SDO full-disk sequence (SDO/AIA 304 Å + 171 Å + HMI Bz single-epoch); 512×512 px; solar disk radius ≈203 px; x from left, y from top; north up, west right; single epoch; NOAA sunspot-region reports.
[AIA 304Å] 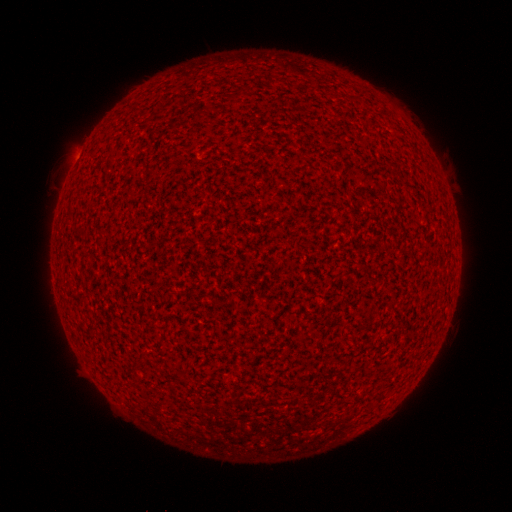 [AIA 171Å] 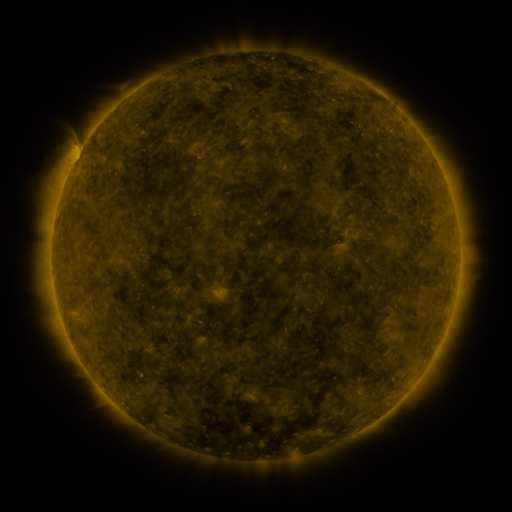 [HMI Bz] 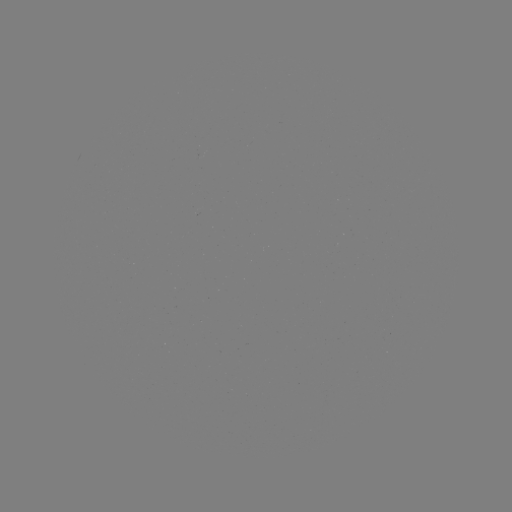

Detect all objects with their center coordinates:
(none)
